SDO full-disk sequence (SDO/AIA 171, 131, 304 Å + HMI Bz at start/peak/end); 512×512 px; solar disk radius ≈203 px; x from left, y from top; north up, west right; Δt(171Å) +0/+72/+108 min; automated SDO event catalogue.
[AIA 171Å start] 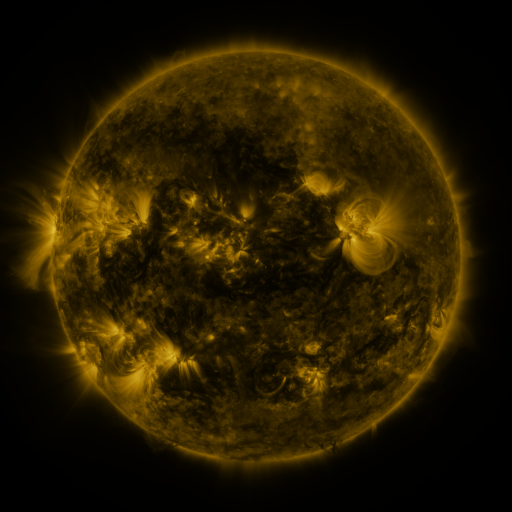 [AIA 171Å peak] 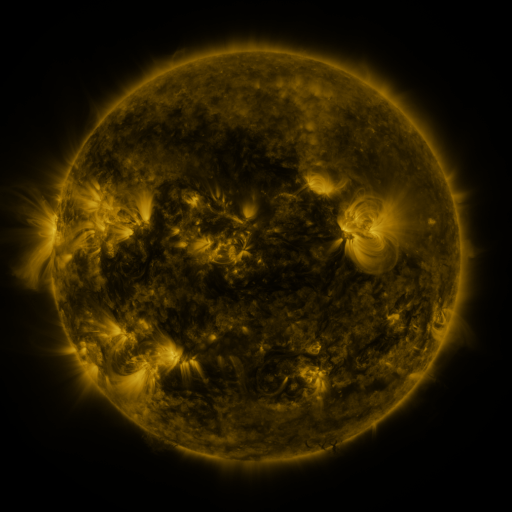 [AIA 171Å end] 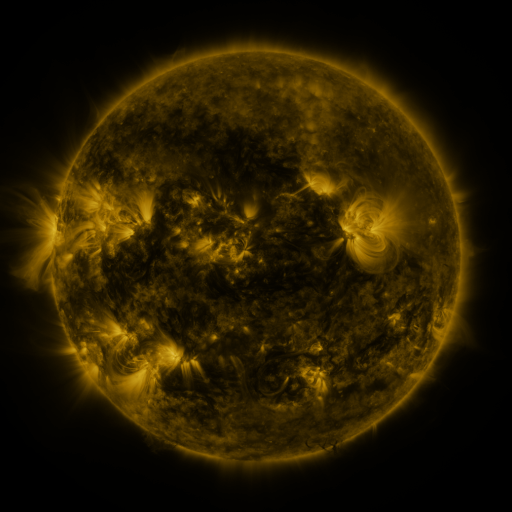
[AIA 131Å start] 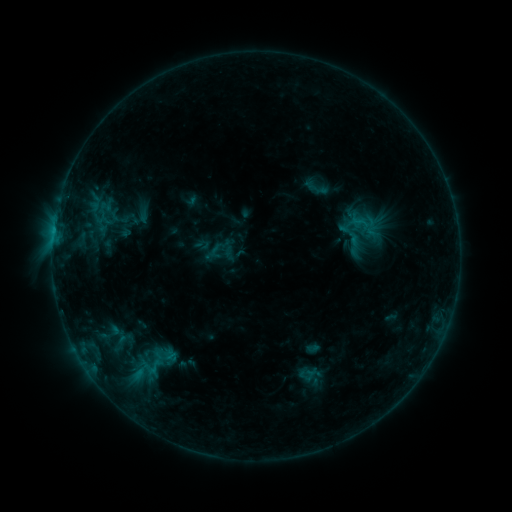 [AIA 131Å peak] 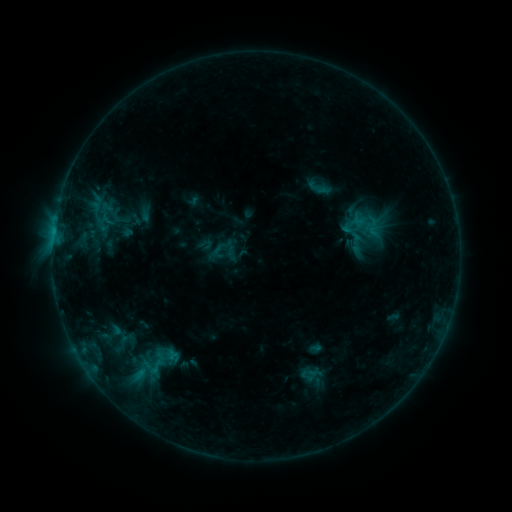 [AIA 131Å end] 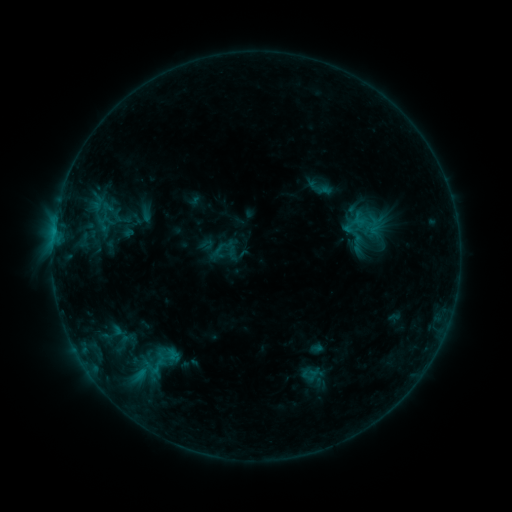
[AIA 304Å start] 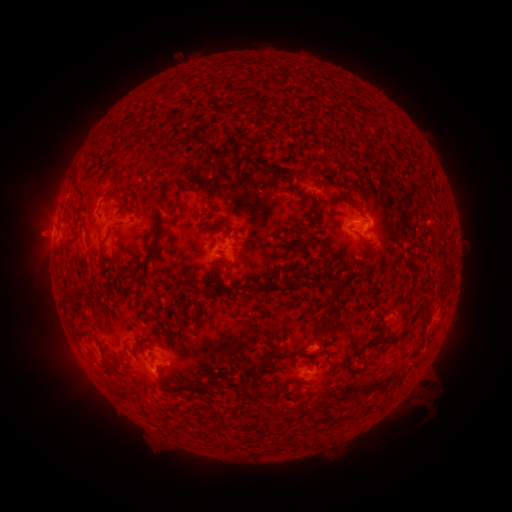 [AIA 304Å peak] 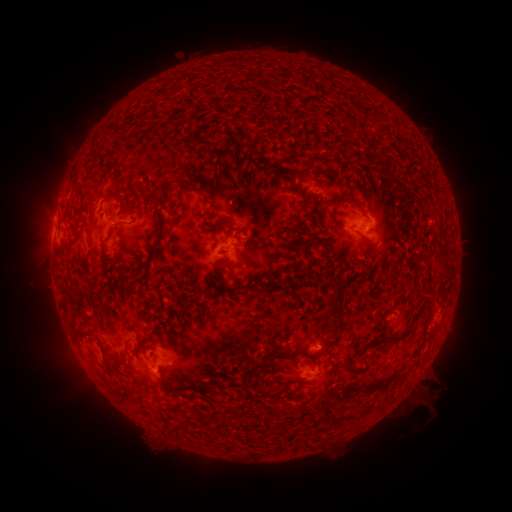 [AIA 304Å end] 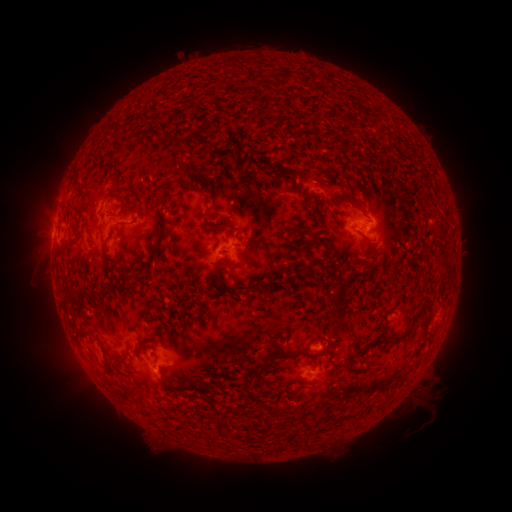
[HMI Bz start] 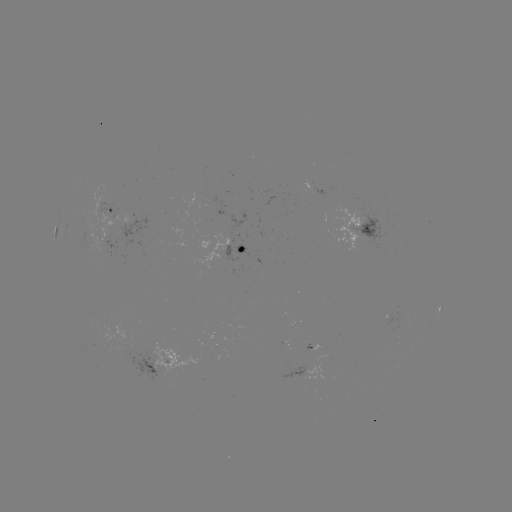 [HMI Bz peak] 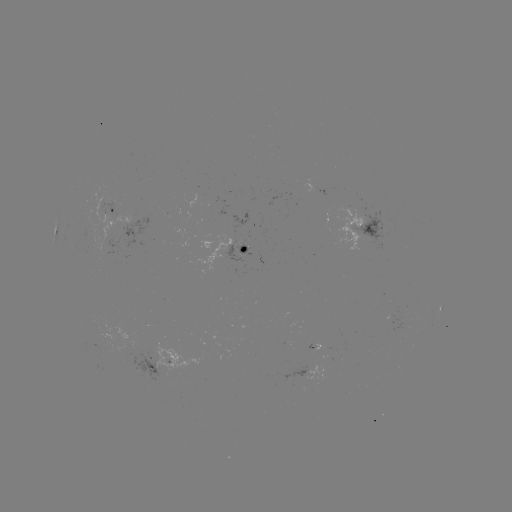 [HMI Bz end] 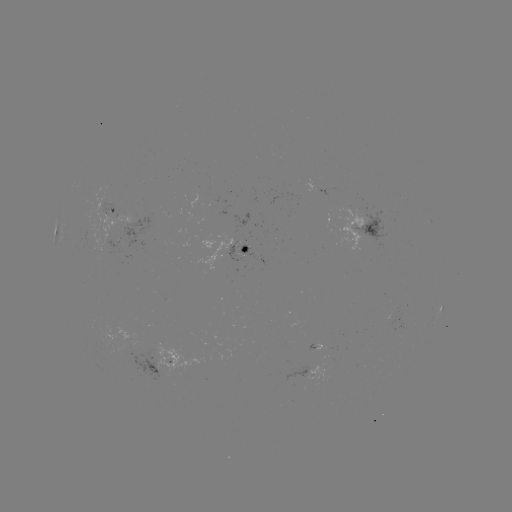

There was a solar emerging-flux region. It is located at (312, 349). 